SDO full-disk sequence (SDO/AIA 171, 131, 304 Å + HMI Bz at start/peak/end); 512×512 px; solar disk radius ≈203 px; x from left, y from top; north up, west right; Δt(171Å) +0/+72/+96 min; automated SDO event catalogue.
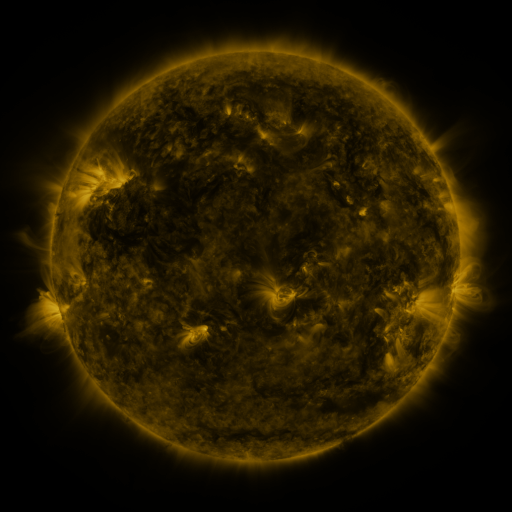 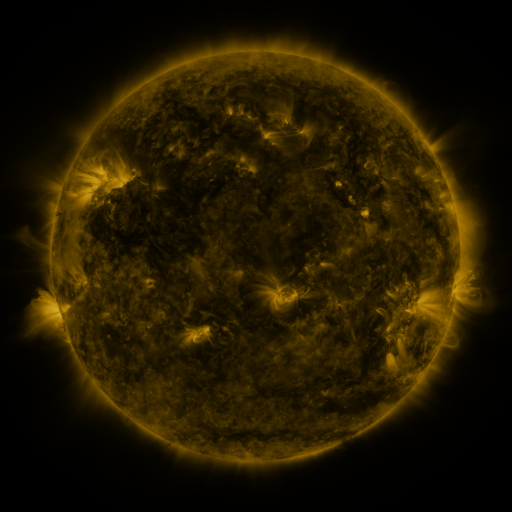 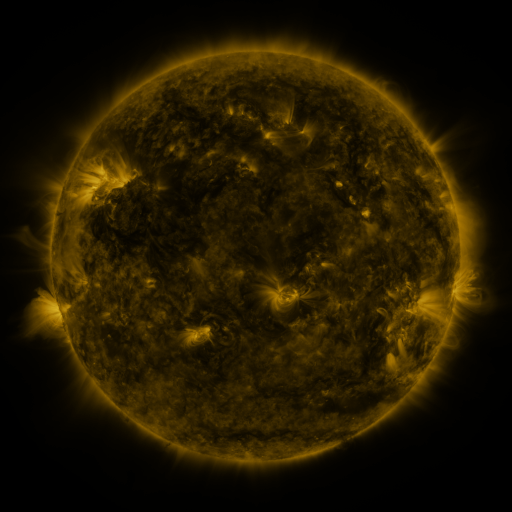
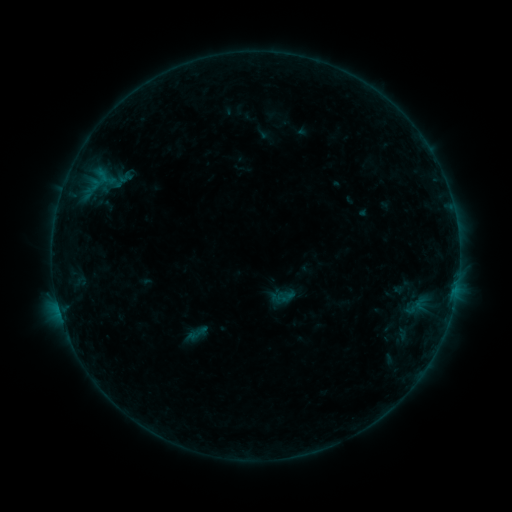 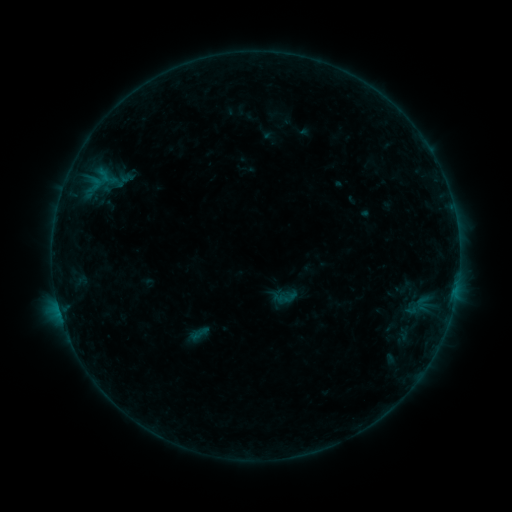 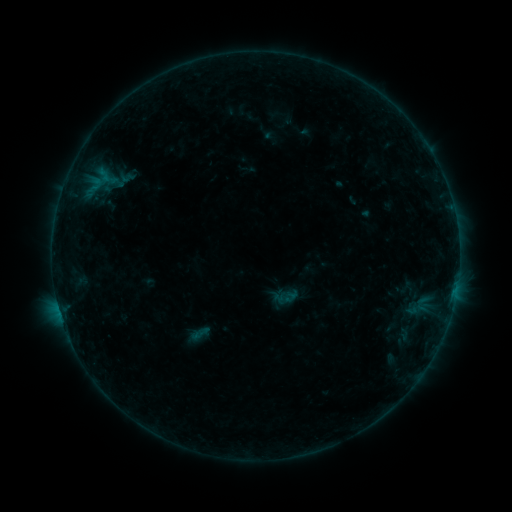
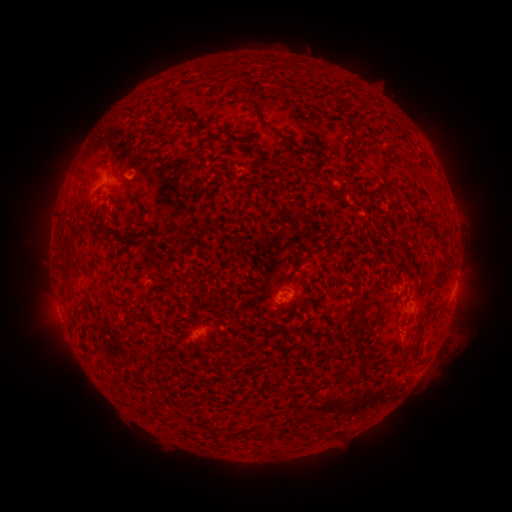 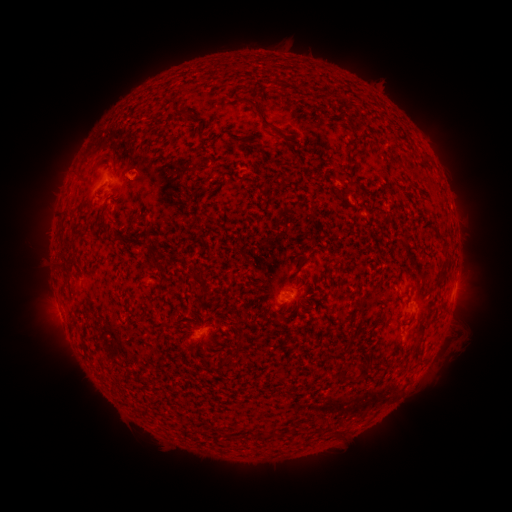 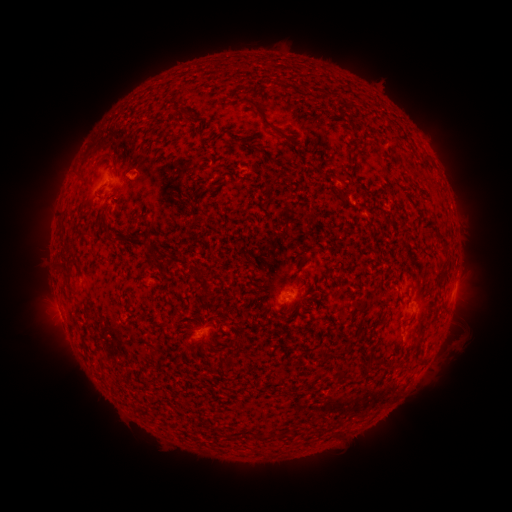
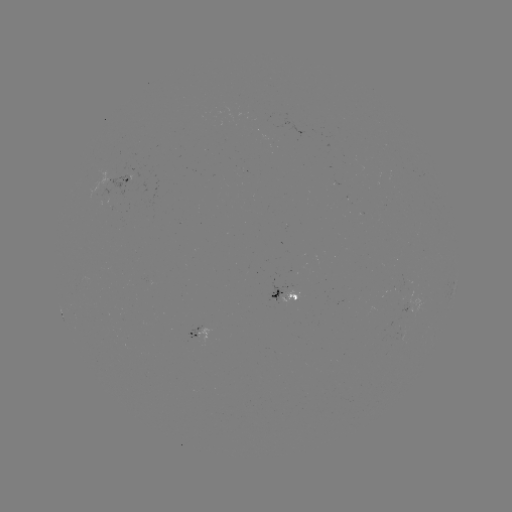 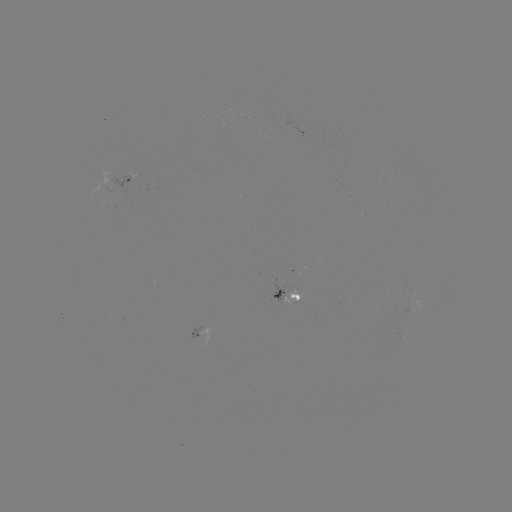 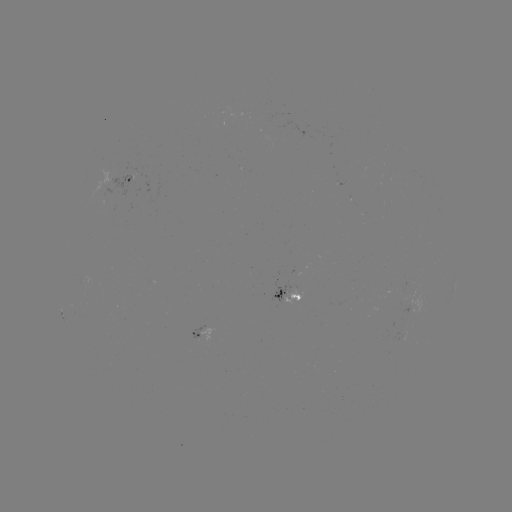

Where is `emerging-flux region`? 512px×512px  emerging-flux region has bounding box [90, 170, 110, 201].